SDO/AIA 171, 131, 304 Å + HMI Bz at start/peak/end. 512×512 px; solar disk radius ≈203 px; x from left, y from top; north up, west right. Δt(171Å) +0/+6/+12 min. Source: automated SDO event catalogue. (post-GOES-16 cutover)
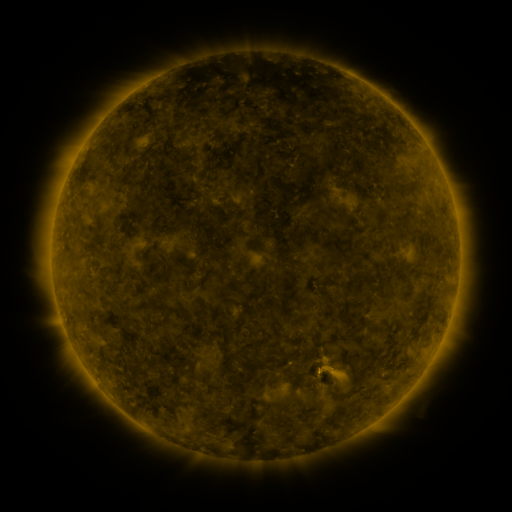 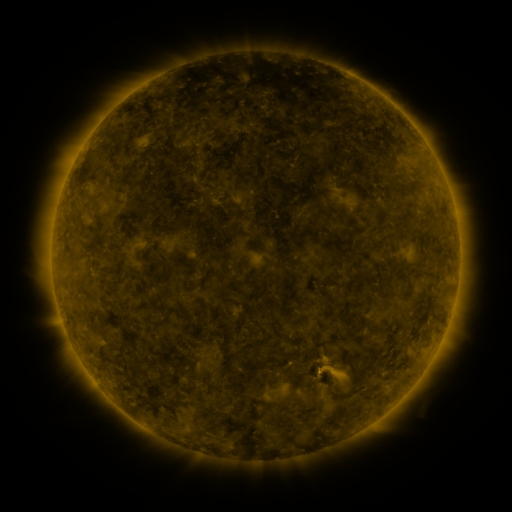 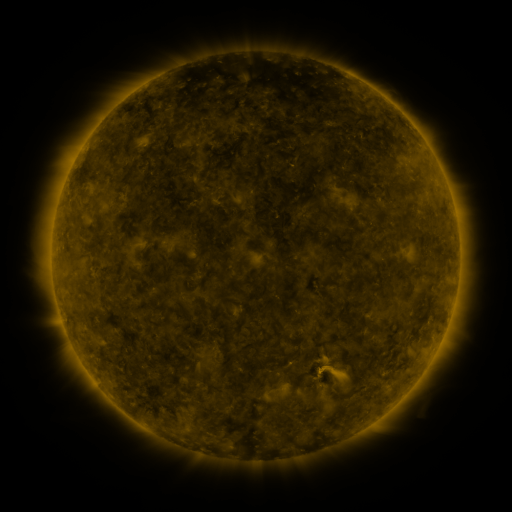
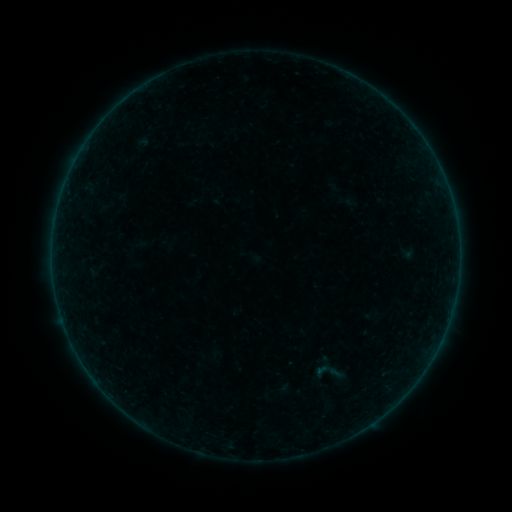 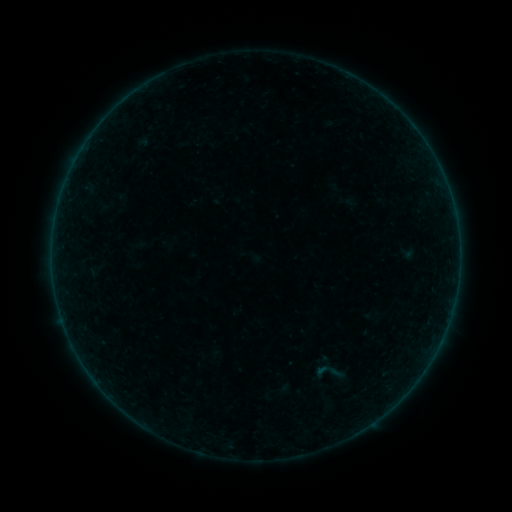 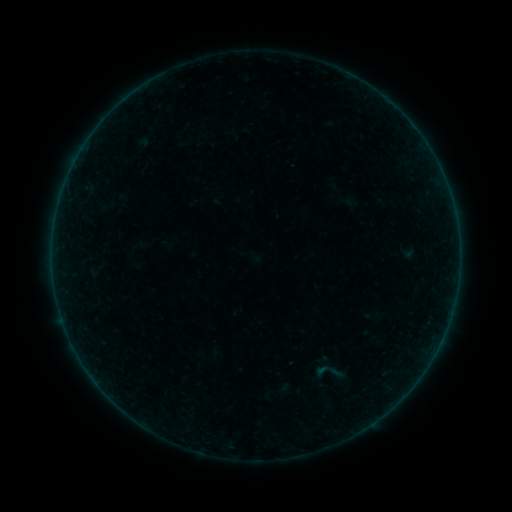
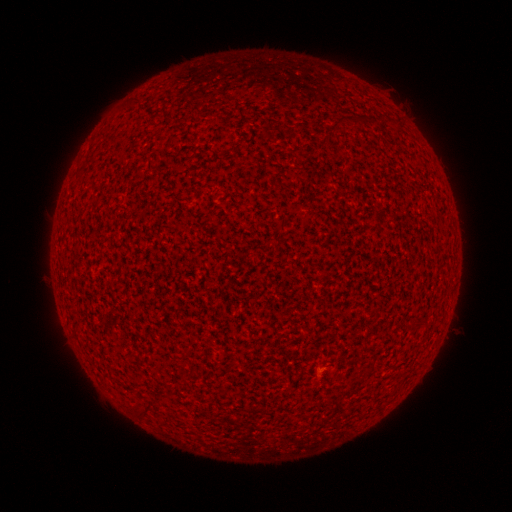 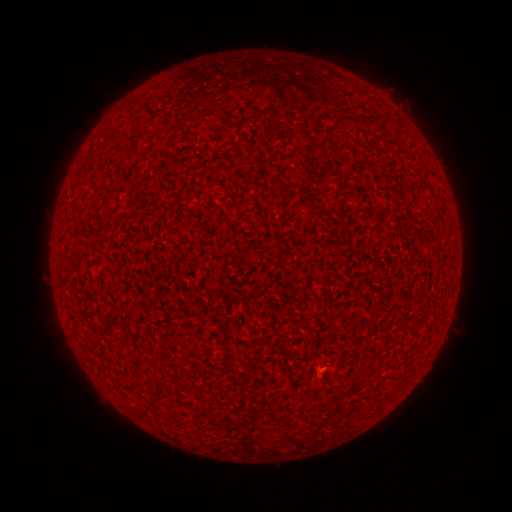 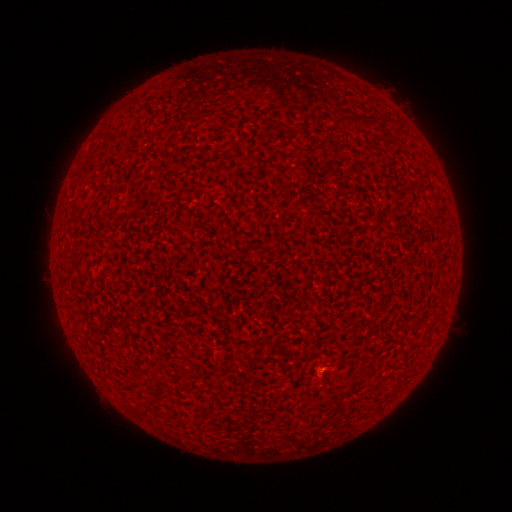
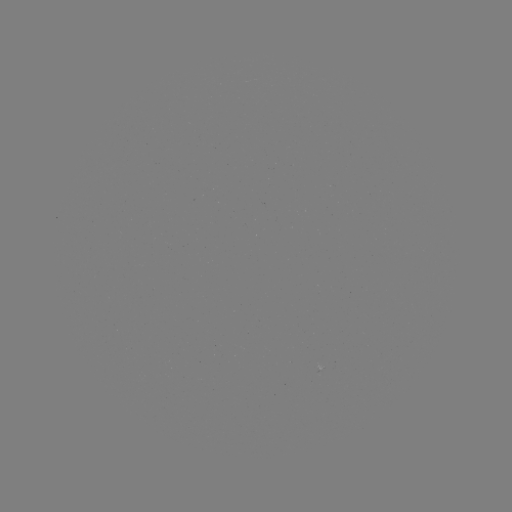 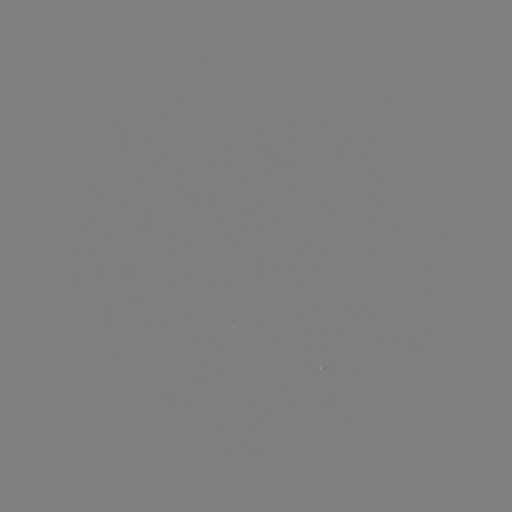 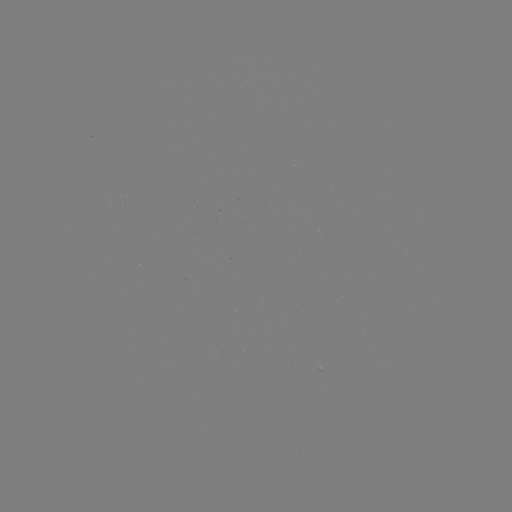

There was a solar flare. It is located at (321, 369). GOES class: A1.4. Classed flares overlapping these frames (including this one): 1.